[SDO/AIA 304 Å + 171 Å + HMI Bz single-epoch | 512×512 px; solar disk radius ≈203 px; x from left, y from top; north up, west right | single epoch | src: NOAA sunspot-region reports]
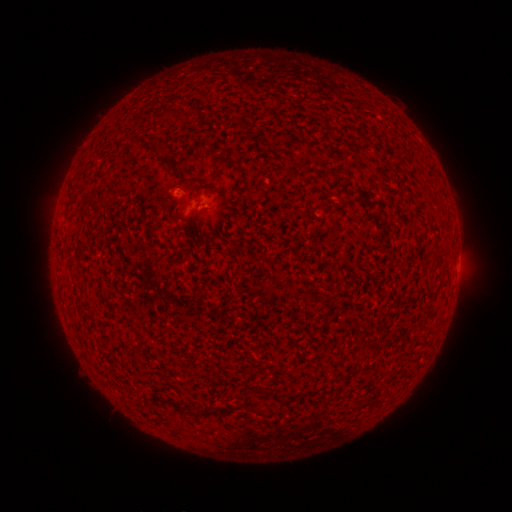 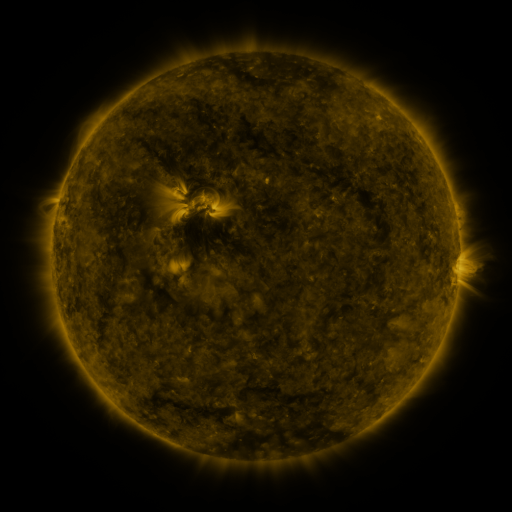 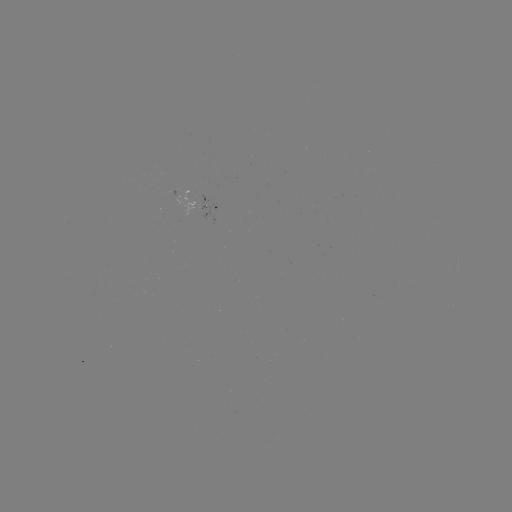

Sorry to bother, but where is spotted active region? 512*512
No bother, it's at (207, 208).